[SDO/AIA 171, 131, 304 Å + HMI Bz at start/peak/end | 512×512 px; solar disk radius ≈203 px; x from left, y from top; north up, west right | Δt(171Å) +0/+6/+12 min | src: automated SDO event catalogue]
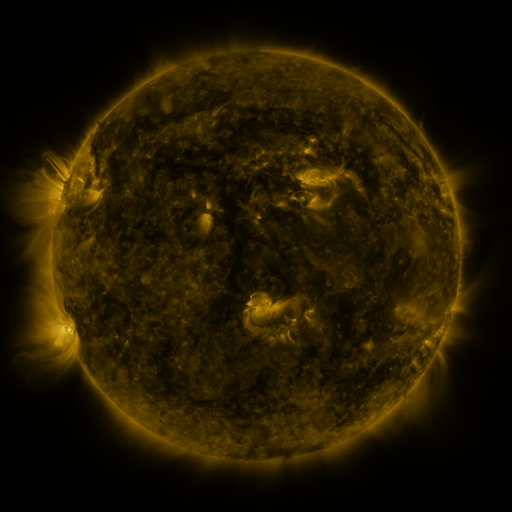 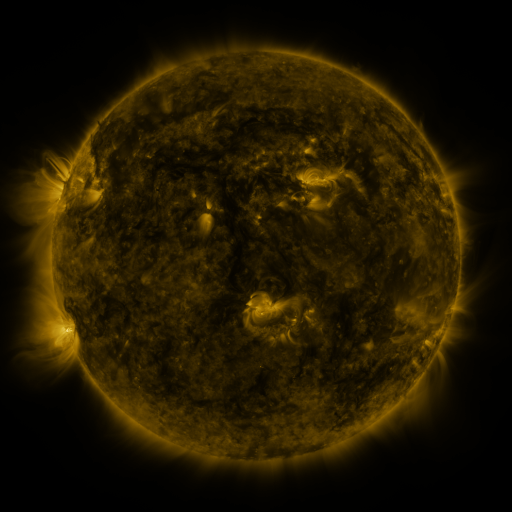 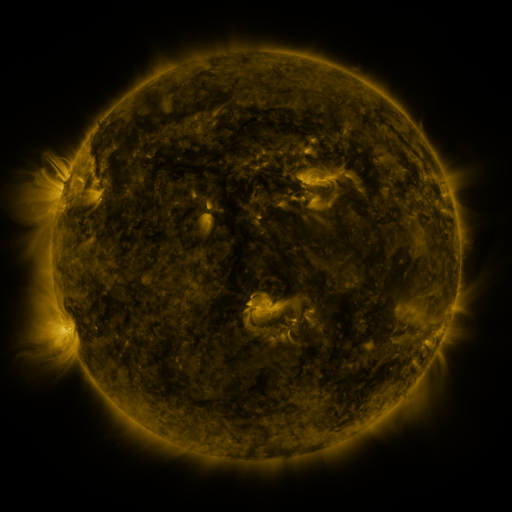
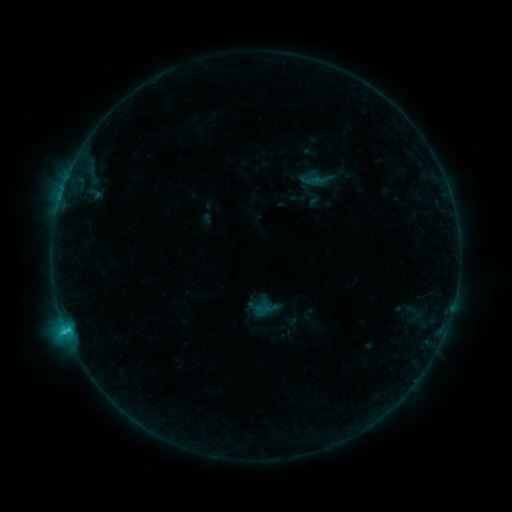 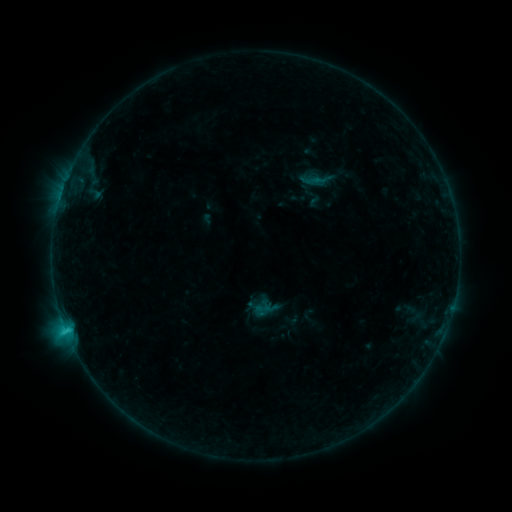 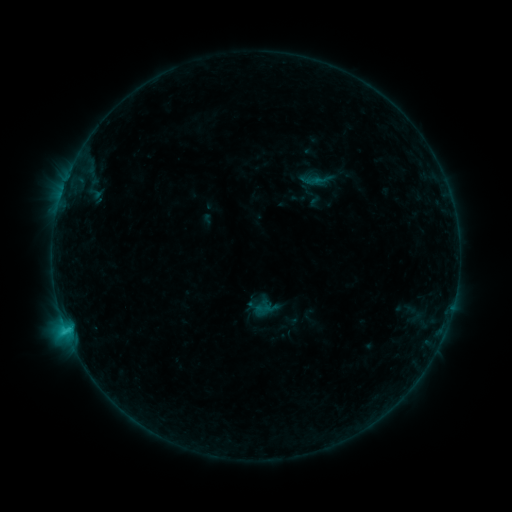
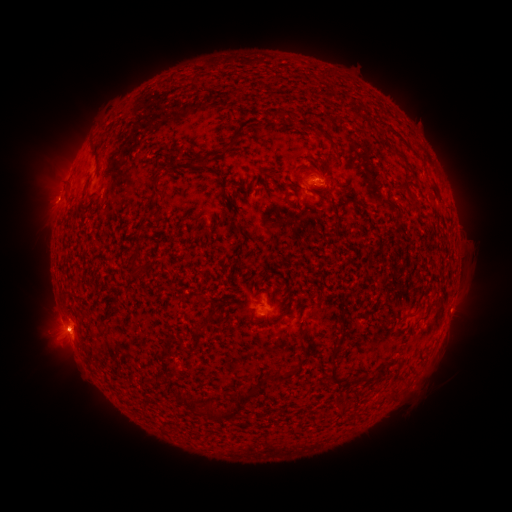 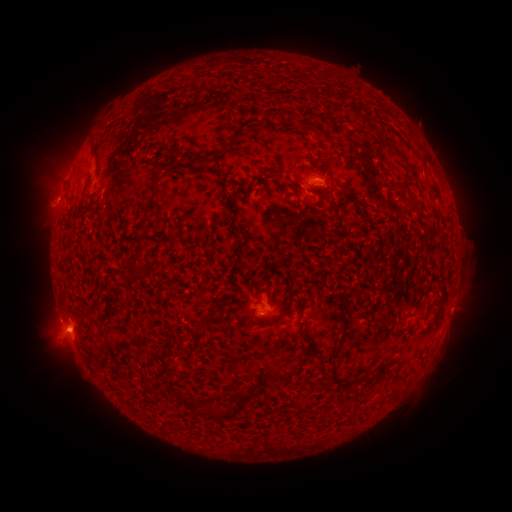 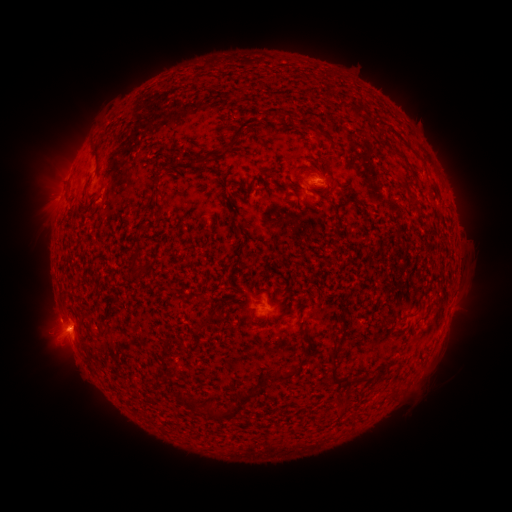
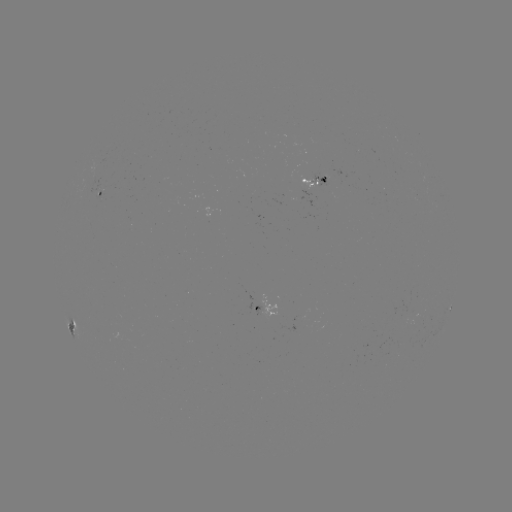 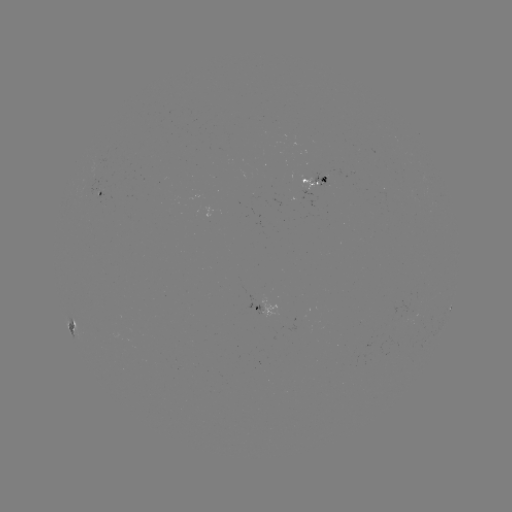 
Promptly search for eruption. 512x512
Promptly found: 46,200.